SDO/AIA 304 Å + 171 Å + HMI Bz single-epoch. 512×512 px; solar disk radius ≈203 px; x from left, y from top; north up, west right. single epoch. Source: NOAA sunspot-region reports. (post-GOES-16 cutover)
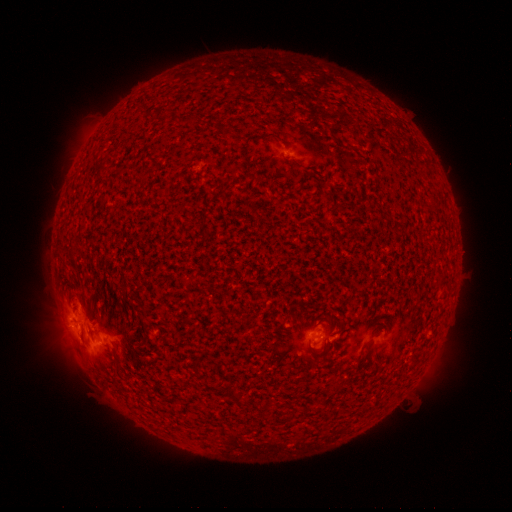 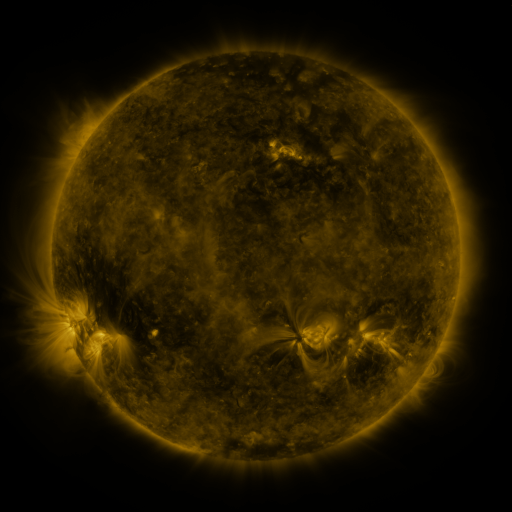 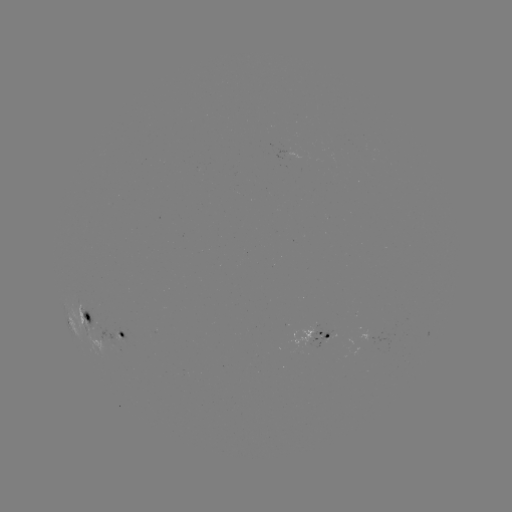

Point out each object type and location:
spotted active region: (87, 311)
spotted active region: (122, 329)
spotted active region: (318, 330)
